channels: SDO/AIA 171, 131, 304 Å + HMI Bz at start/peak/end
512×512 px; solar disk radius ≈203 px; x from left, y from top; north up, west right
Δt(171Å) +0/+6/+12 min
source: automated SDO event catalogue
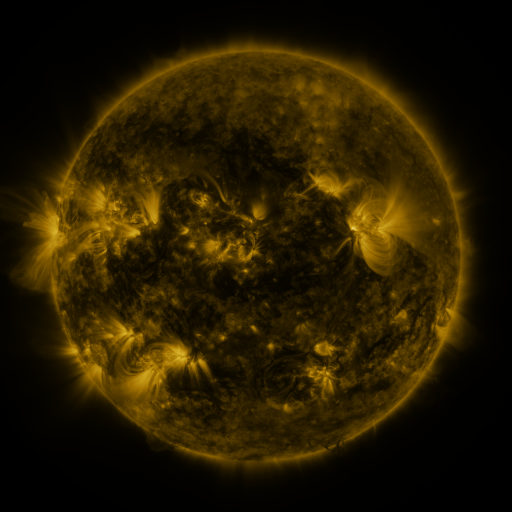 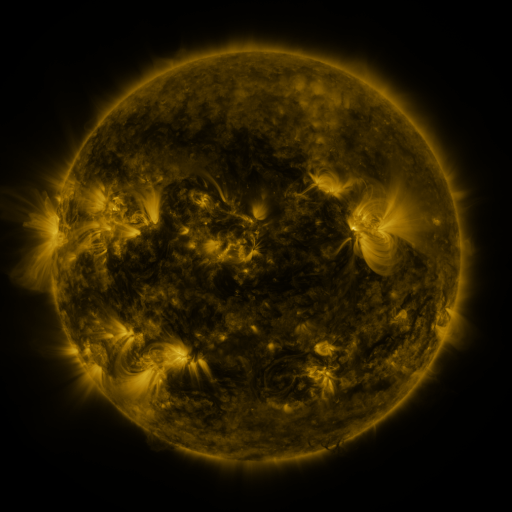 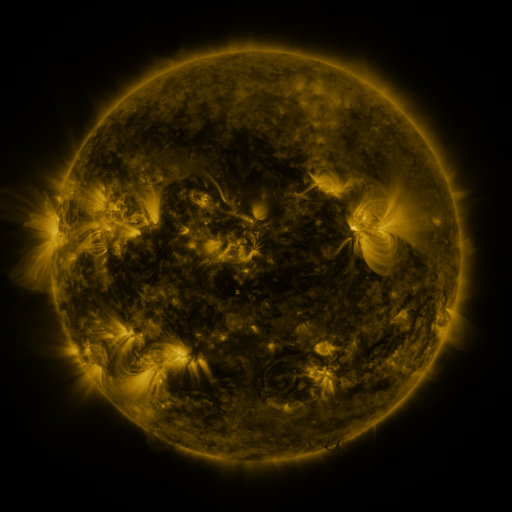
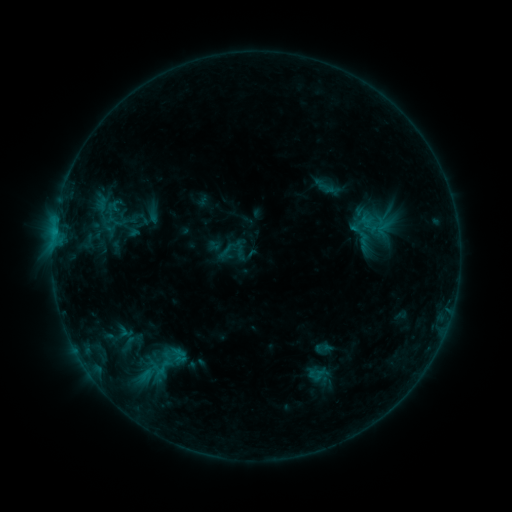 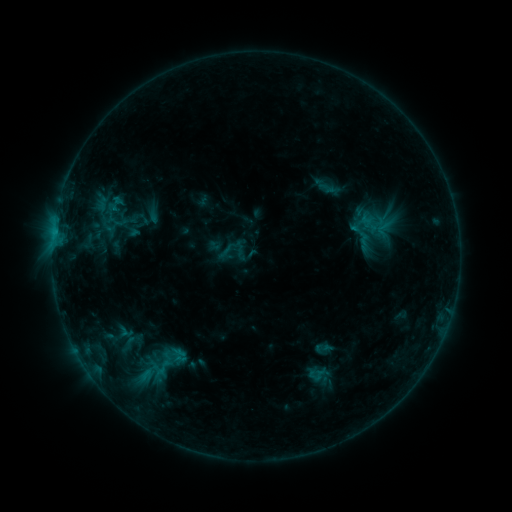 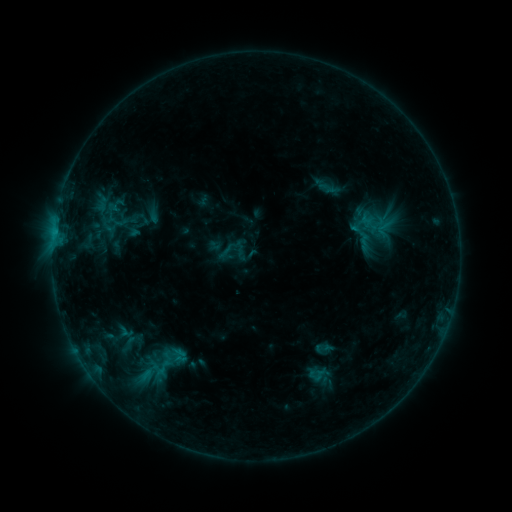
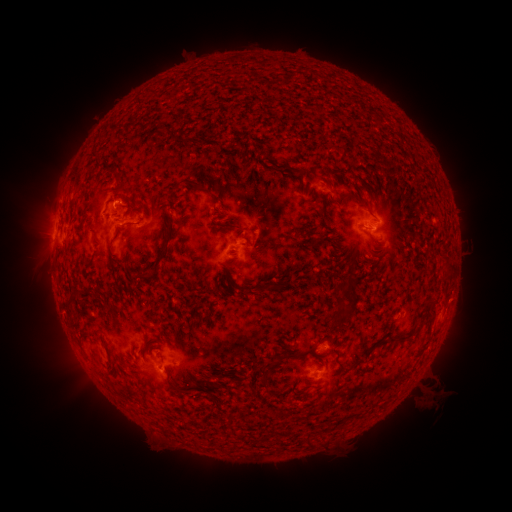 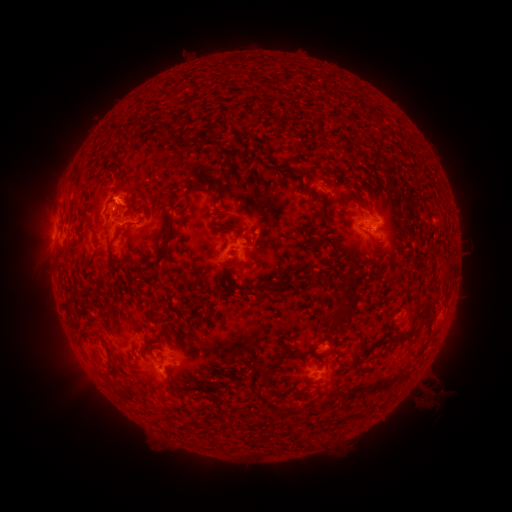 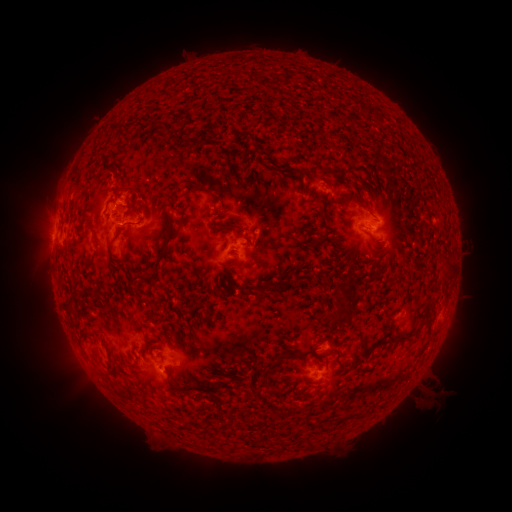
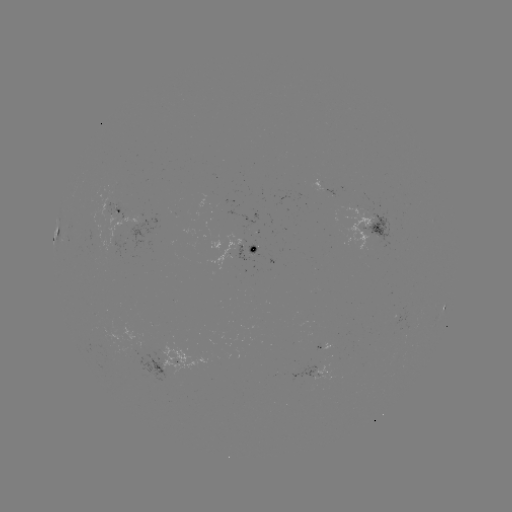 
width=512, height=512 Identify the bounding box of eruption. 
[98, 171, 145, 217].